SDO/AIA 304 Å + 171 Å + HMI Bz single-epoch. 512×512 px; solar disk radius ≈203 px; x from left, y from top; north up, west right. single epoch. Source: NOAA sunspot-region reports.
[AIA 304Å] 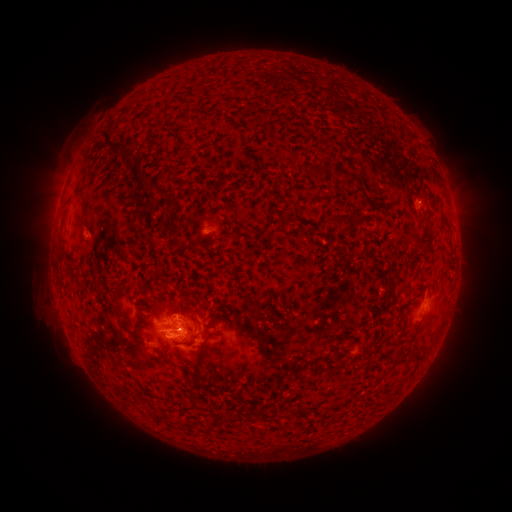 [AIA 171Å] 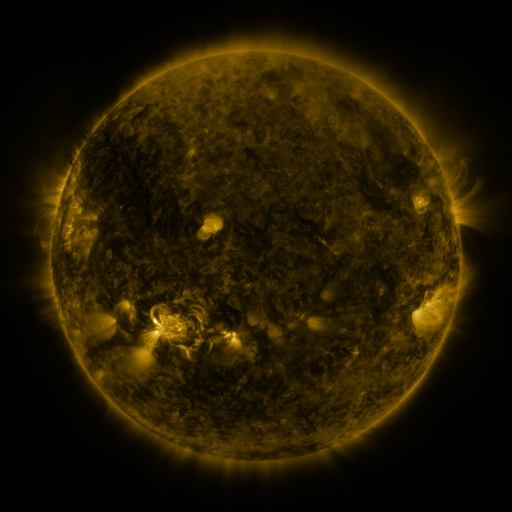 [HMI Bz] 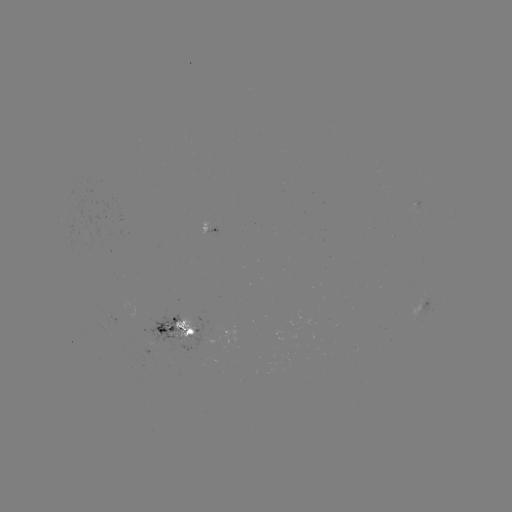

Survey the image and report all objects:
spotted active region: (211, 230)
spotted active region: (425, 307)
spotted active region: (178, 326)
